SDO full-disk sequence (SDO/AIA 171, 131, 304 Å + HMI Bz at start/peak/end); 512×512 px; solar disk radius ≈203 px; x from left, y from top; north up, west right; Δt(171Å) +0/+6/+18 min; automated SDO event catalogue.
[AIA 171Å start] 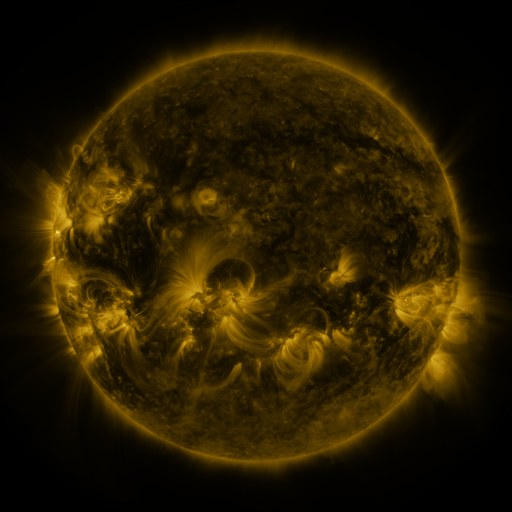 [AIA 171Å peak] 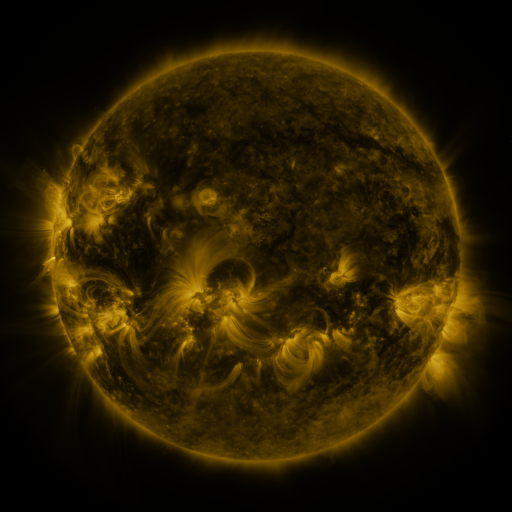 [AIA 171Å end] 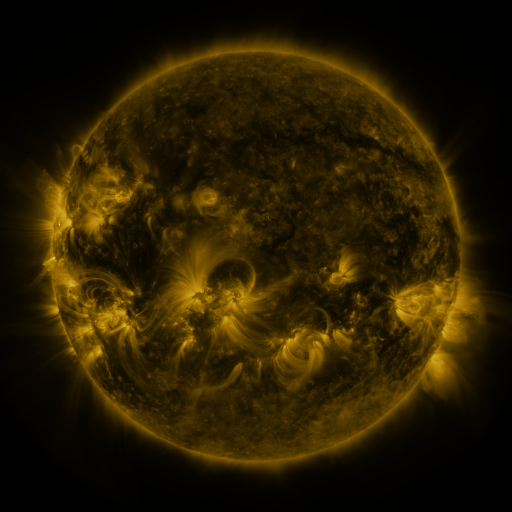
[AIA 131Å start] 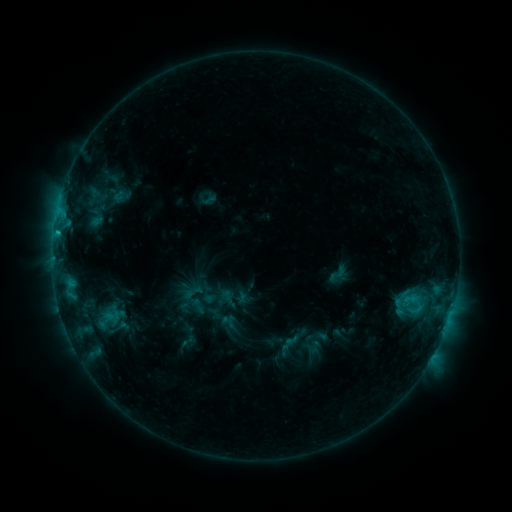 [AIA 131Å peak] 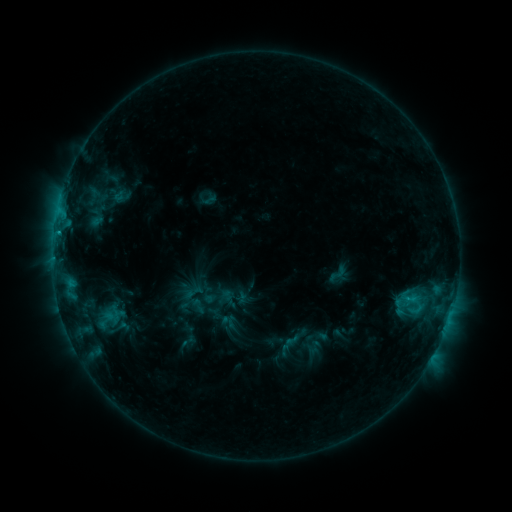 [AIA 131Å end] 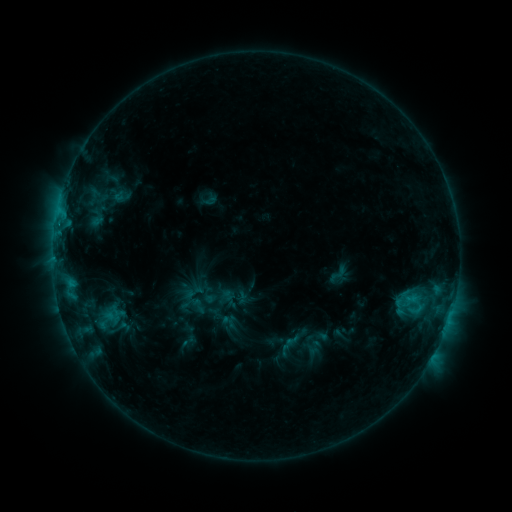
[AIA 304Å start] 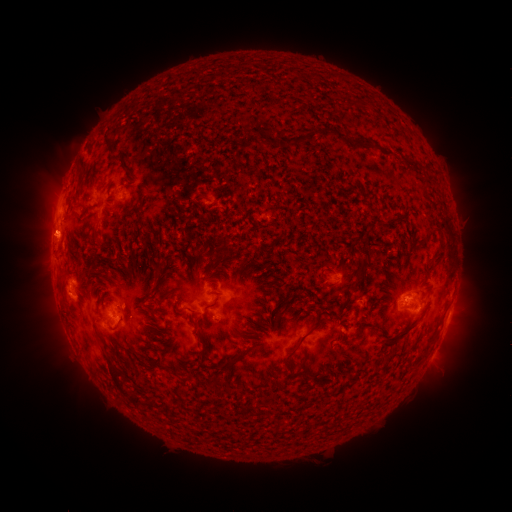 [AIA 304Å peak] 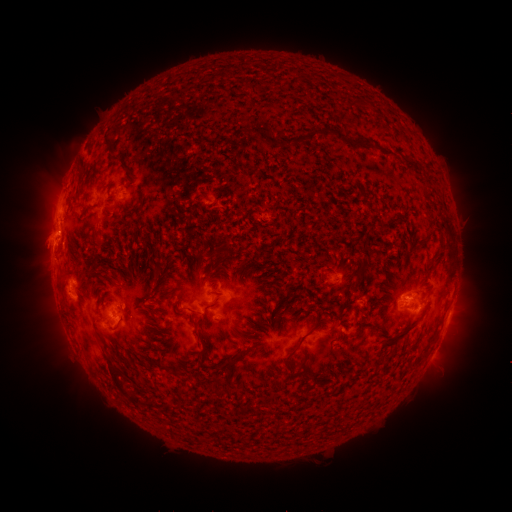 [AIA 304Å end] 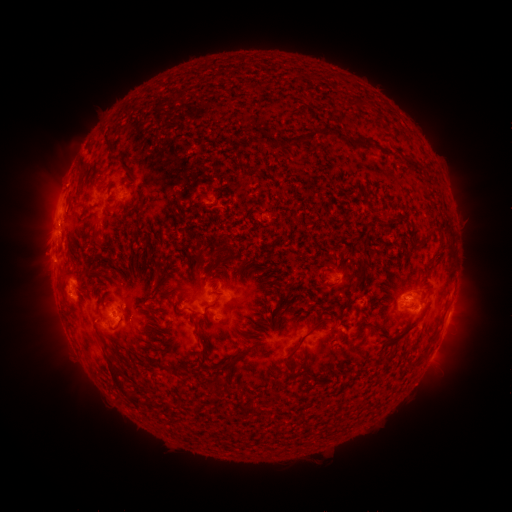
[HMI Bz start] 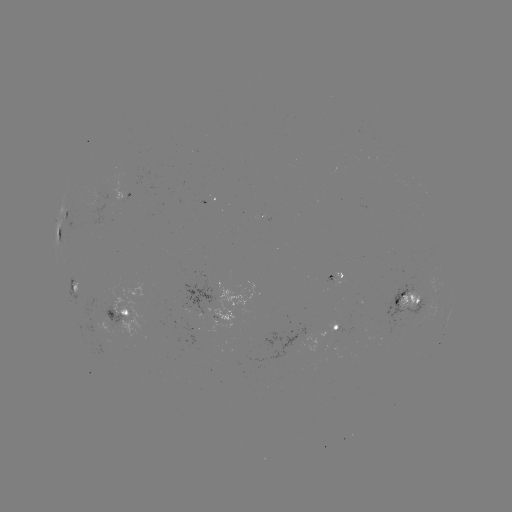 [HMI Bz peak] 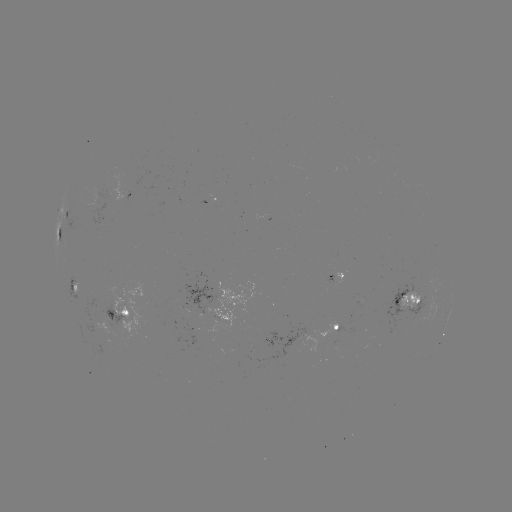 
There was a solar eruption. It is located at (45, 246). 